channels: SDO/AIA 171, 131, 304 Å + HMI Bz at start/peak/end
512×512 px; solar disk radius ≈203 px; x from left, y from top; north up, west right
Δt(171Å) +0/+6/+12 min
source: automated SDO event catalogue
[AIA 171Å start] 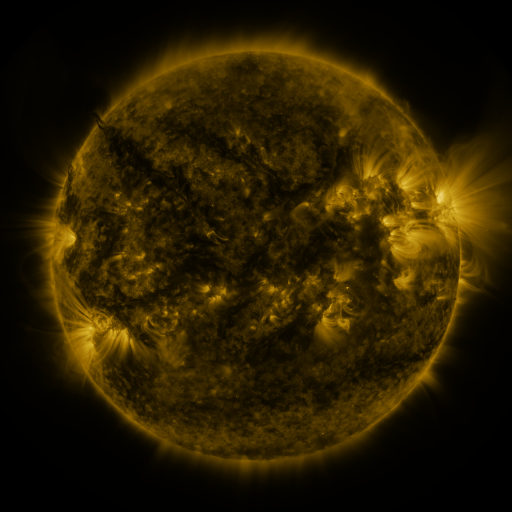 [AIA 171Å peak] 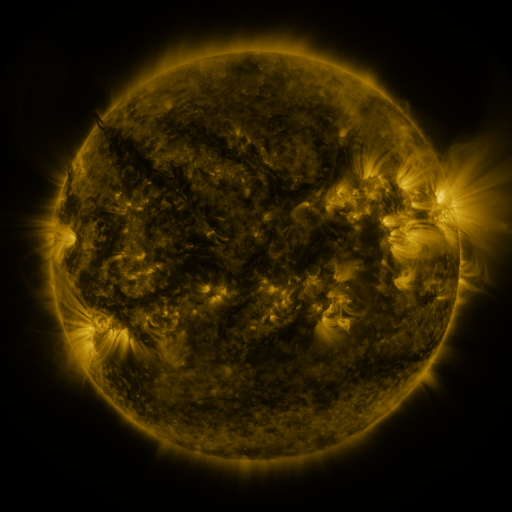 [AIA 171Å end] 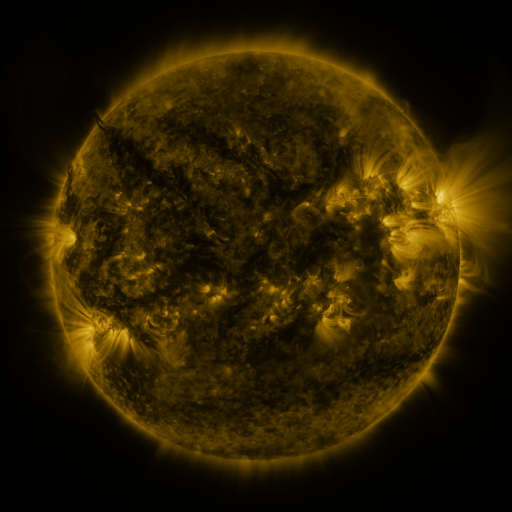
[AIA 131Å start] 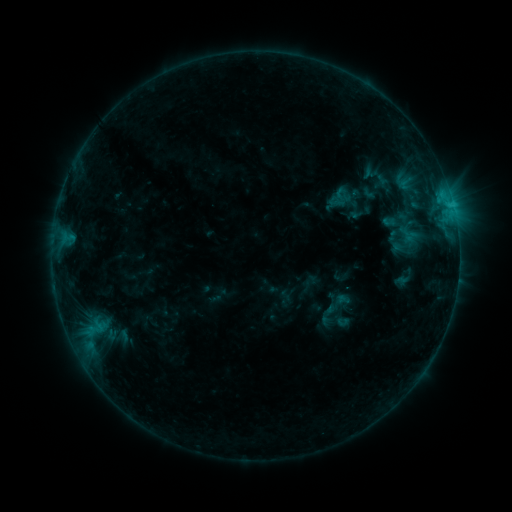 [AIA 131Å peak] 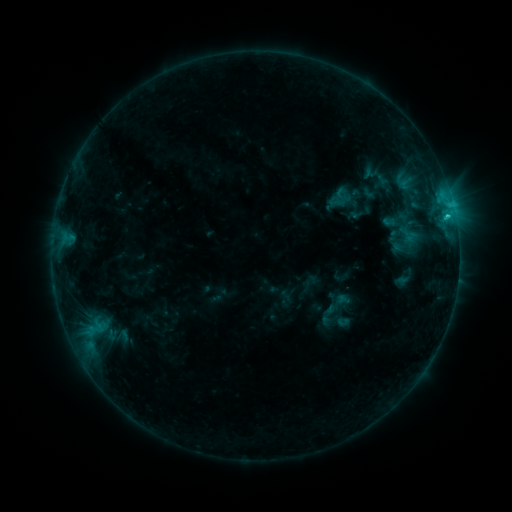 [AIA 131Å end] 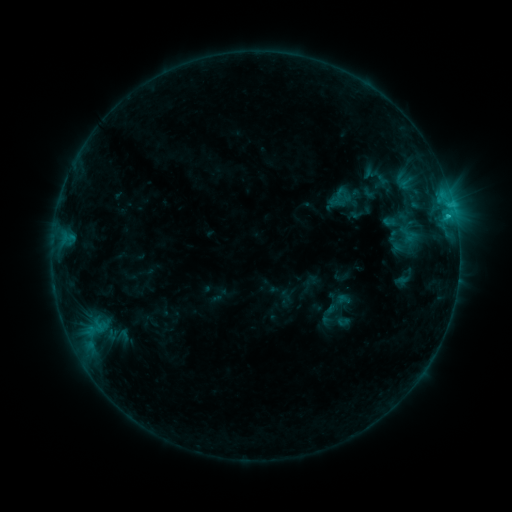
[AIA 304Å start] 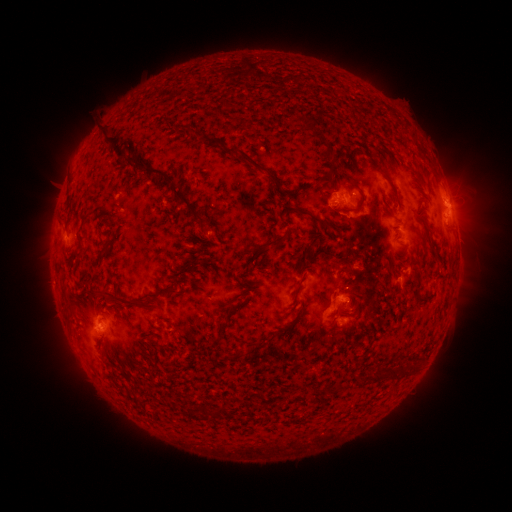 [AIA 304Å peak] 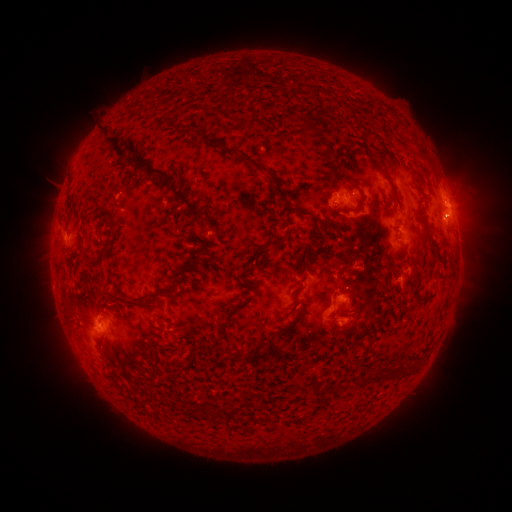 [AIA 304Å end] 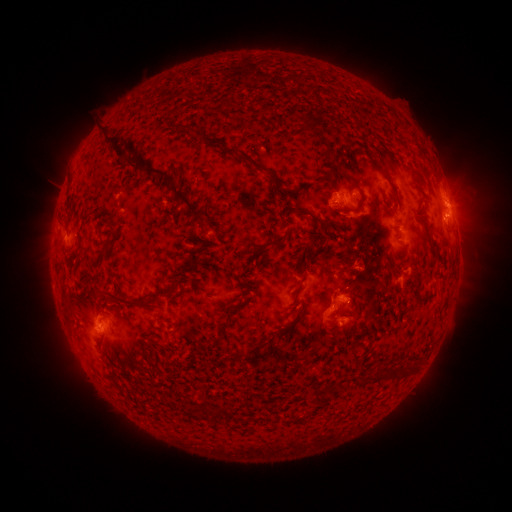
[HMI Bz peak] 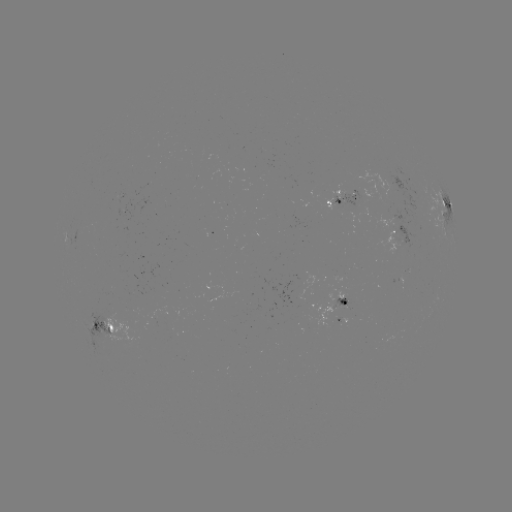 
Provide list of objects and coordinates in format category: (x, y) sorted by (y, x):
C1.3 flare: (446, 217)
